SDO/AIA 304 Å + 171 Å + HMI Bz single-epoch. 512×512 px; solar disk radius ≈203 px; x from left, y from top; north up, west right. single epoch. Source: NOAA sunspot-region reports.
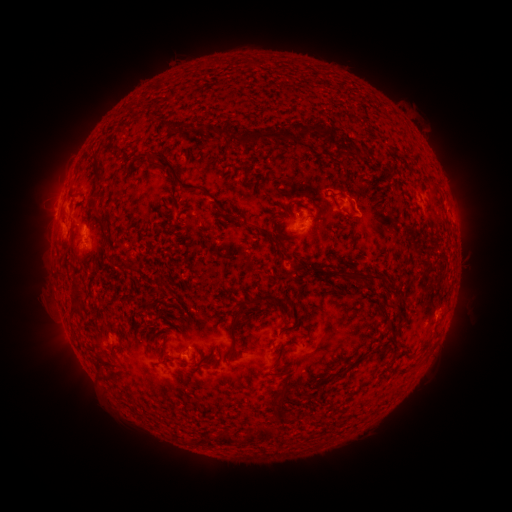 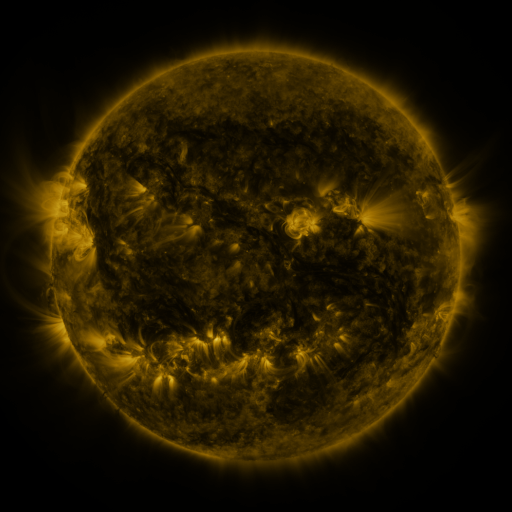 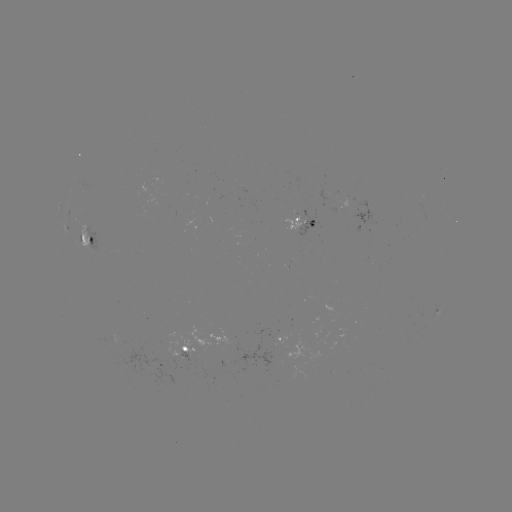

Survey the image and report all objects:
spotted active region: (422, 209)
spotted active region: (306, 223)
spotted active region: (88, 241)
spotted active region: (279, 339)
spotted active region: (197, 350)
